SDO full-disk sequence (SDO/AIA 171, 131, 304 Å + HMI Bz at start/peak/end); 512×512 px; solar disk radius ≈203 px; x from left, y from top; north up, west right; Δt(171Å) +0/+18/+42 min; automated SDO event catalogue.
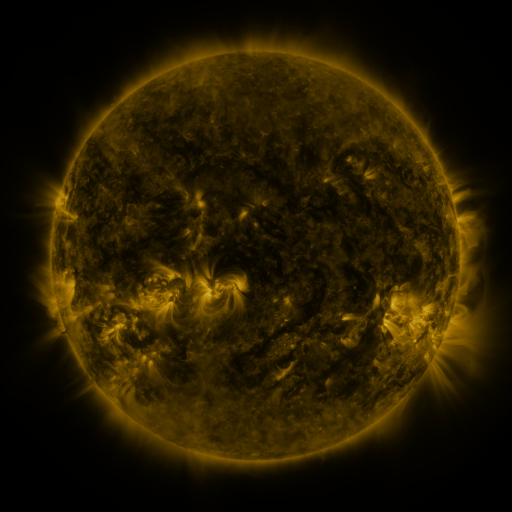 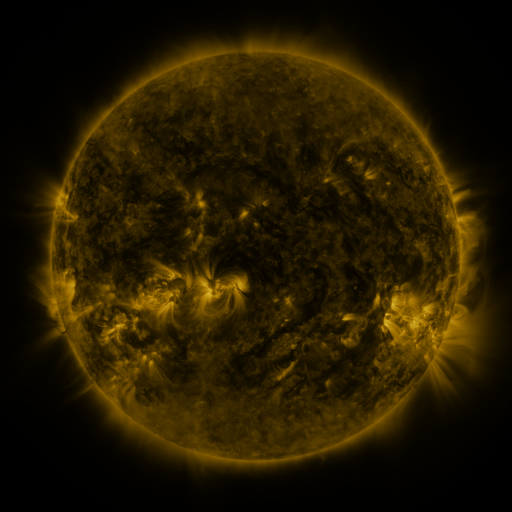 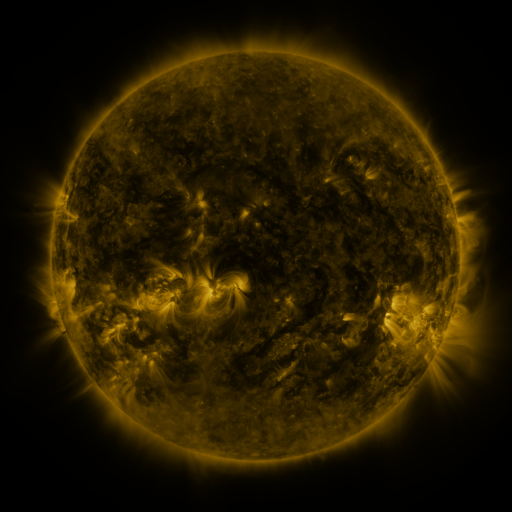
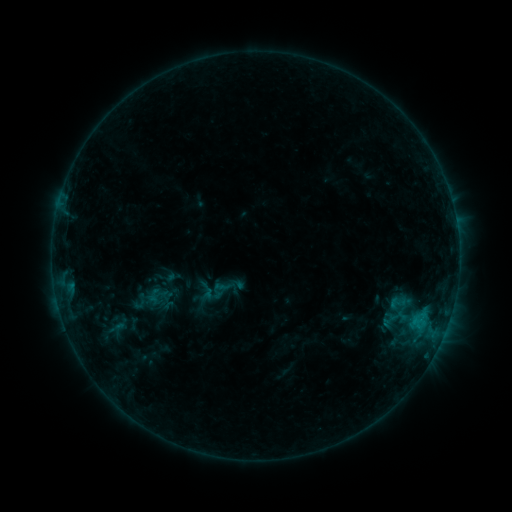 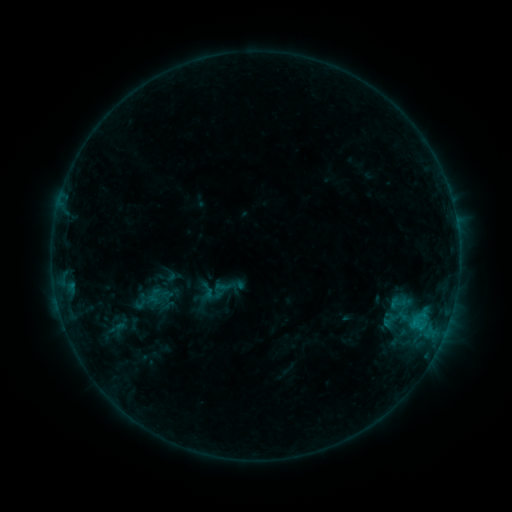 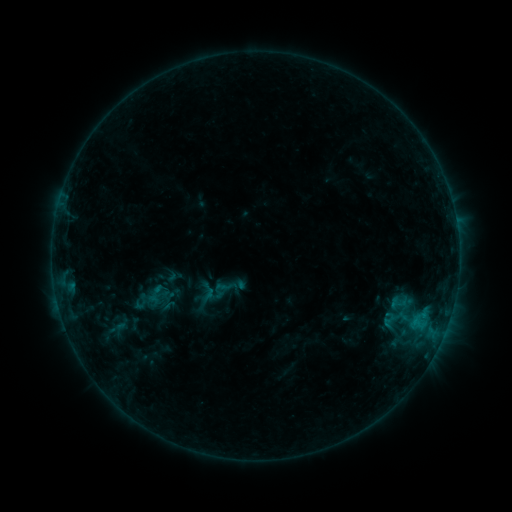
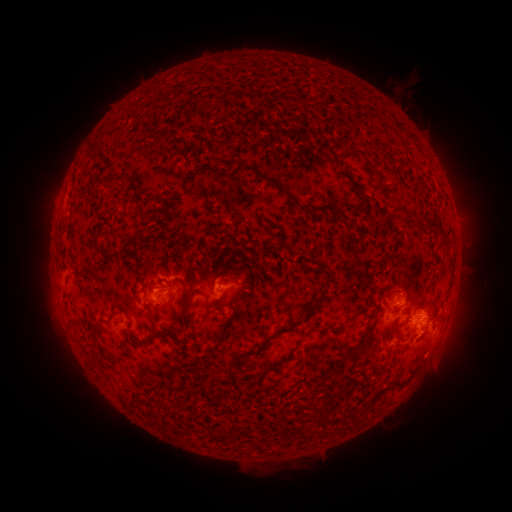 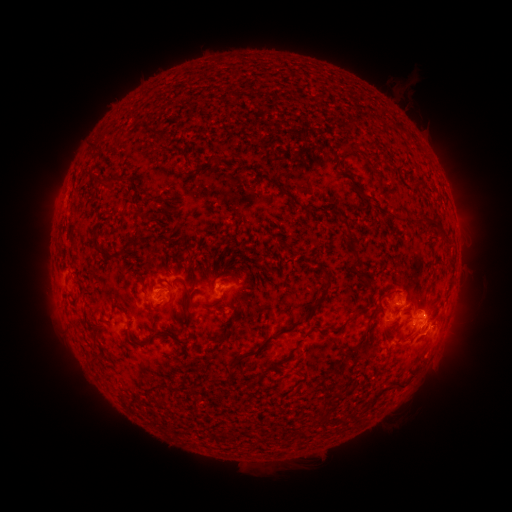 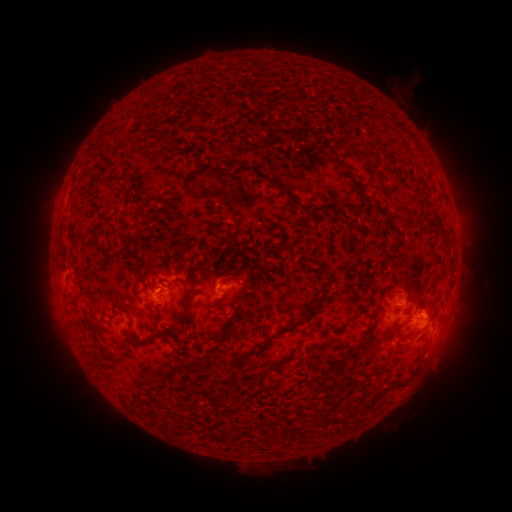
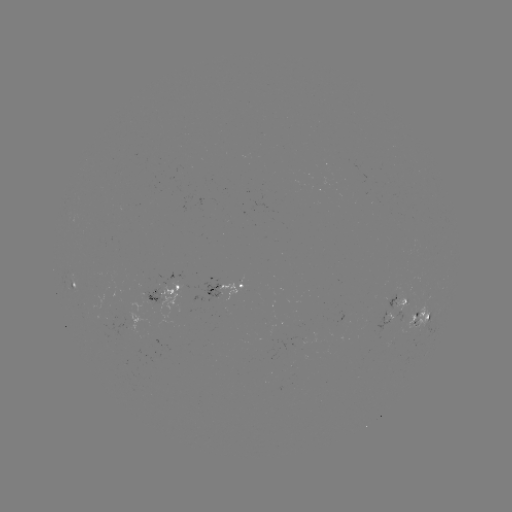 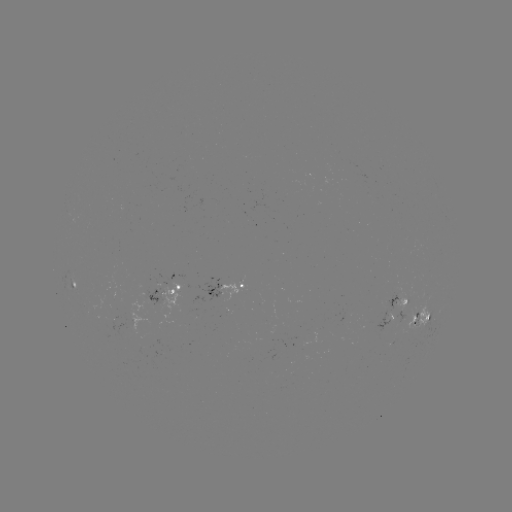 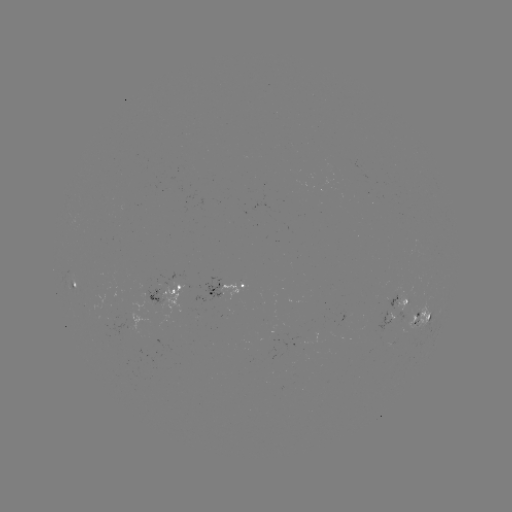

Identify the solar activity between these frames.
no classed flare was catalogued and no EUV brightening was flagged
